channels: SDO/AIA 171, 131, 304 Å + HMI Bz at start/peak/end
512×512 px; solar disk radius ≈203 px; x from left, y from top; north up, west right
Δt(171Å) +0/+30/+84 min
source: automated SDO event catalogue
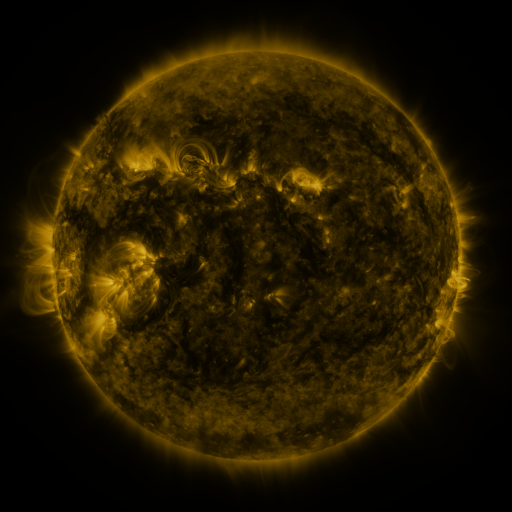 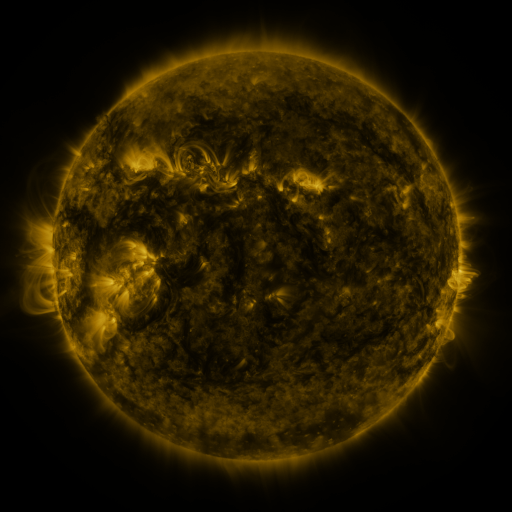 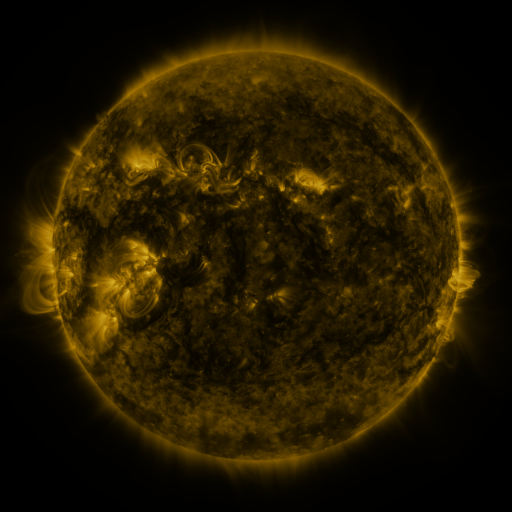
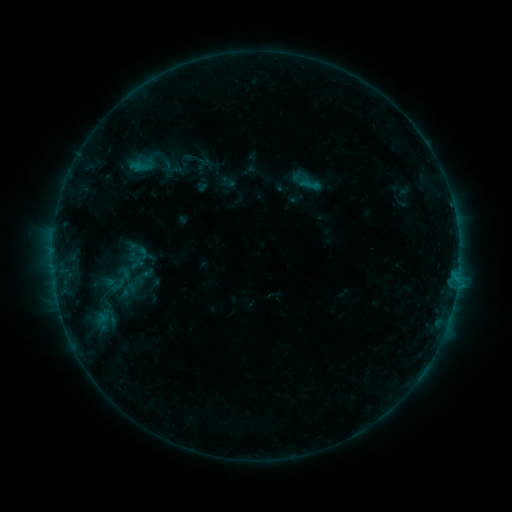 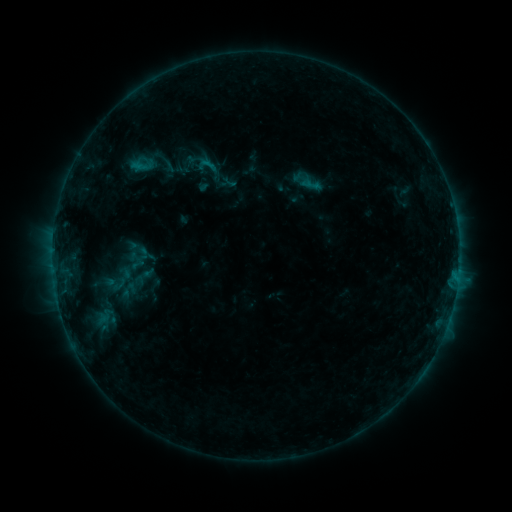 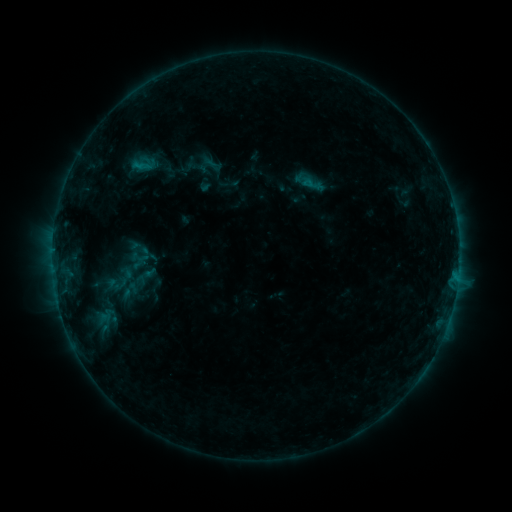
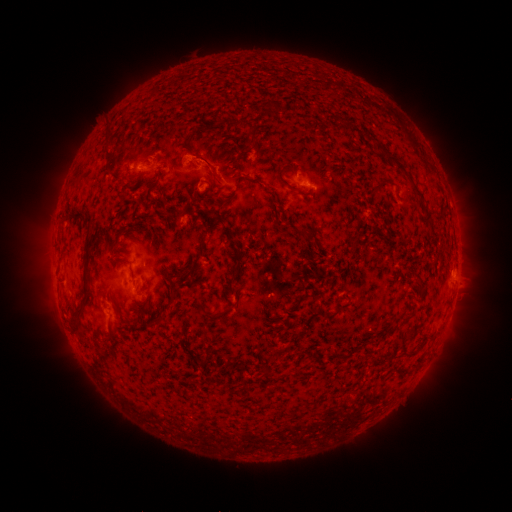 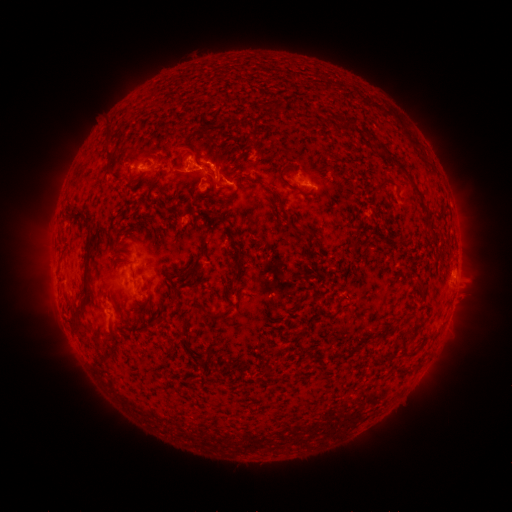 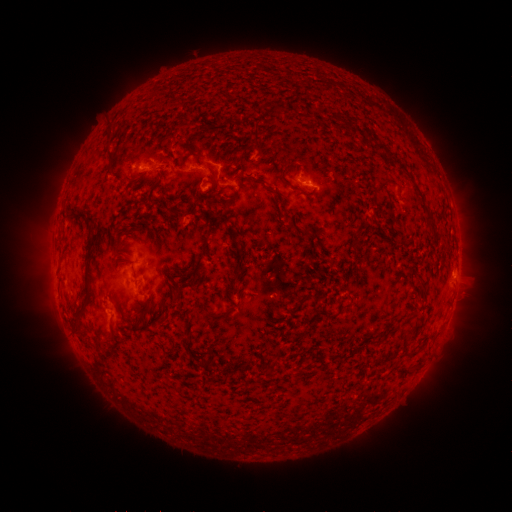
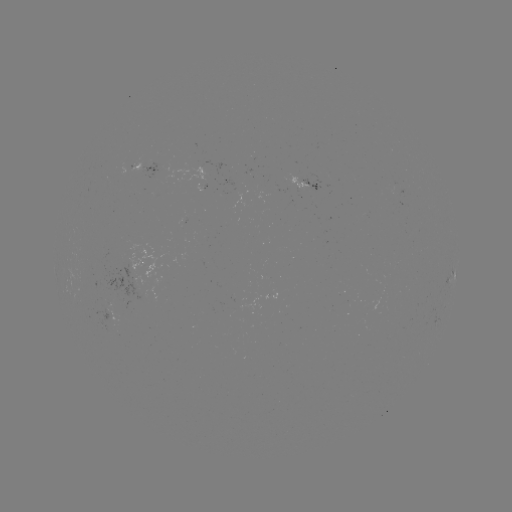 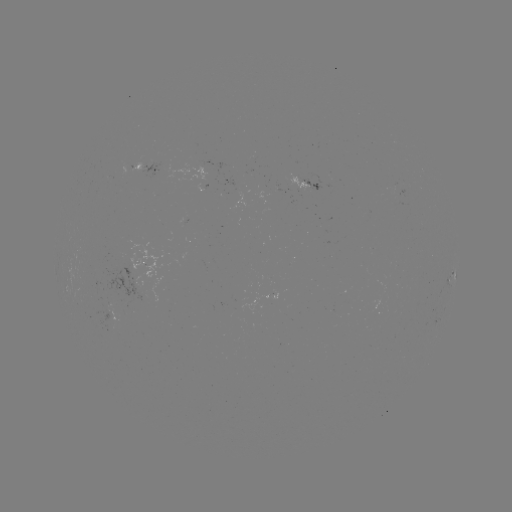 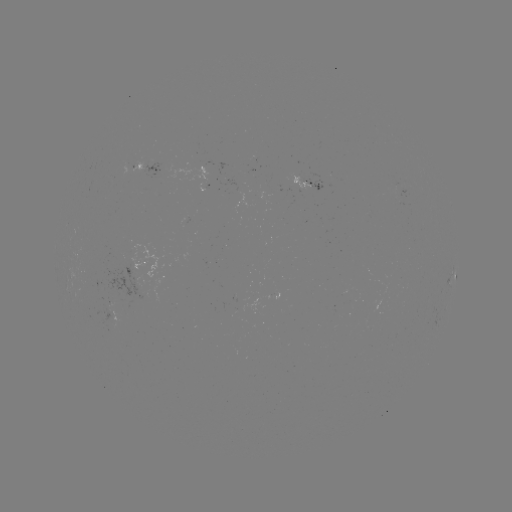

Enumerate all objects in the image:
B7.1 flare: (209, 163)
